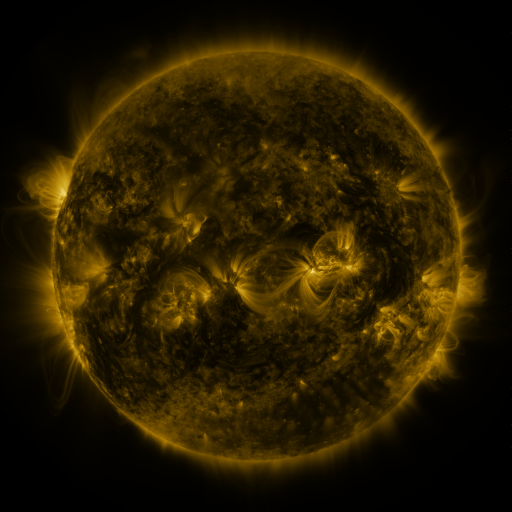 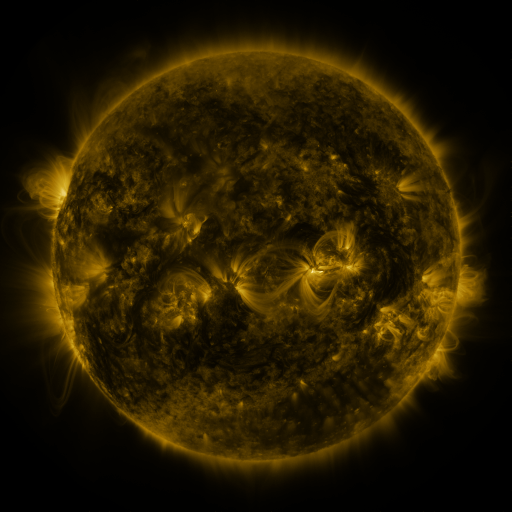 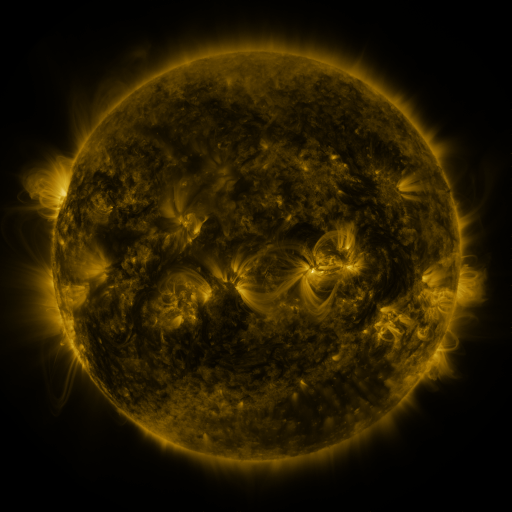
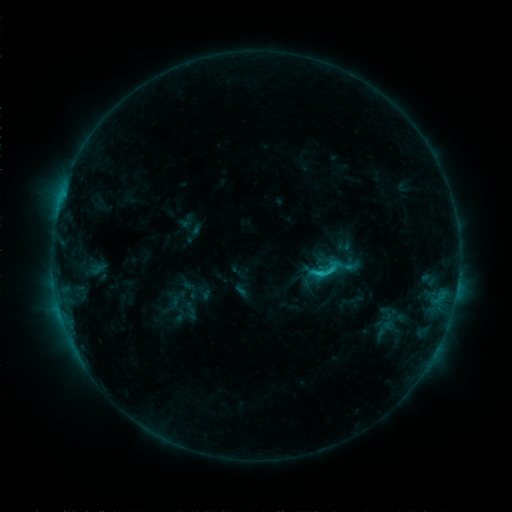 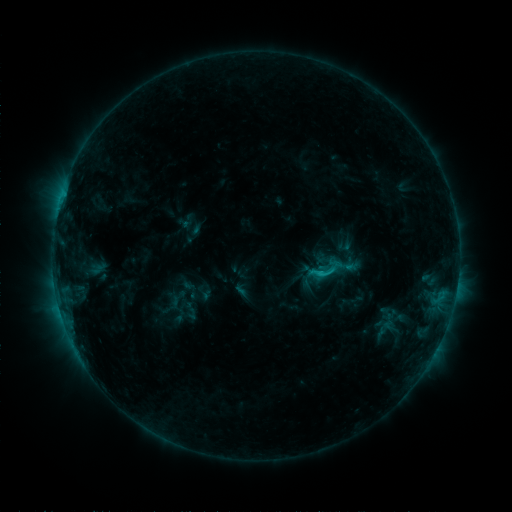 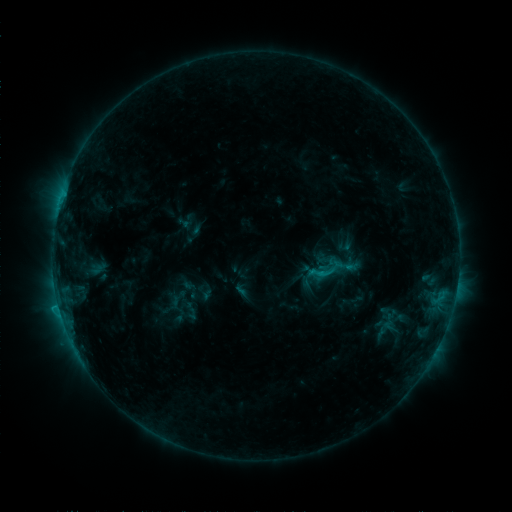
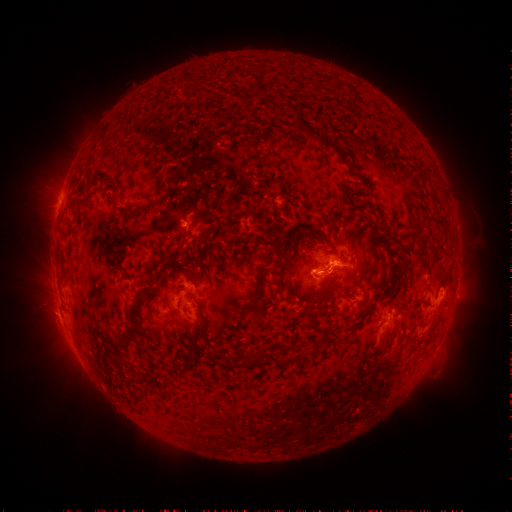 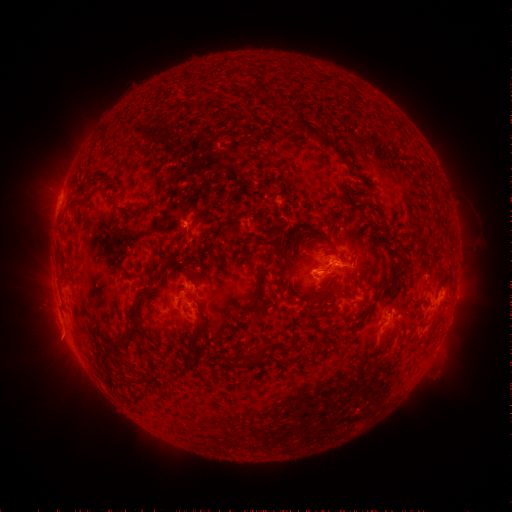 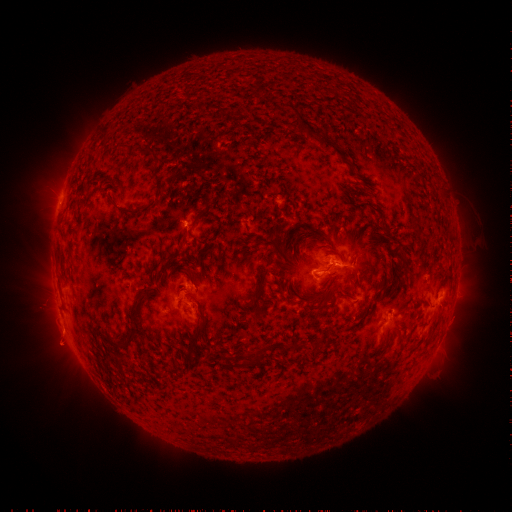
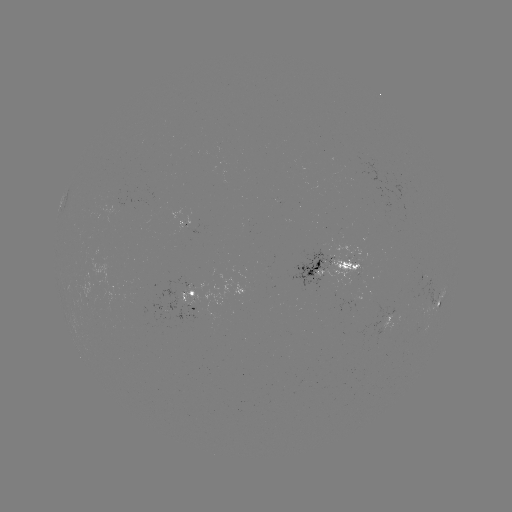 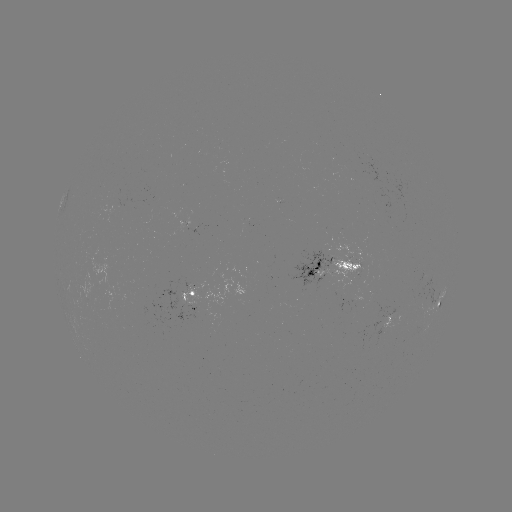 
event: eruption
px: (62, 338)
